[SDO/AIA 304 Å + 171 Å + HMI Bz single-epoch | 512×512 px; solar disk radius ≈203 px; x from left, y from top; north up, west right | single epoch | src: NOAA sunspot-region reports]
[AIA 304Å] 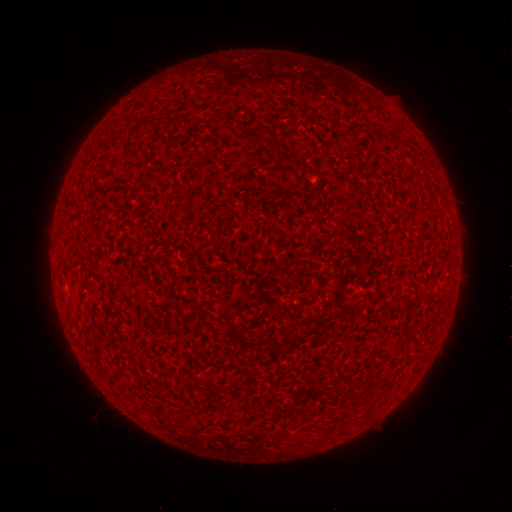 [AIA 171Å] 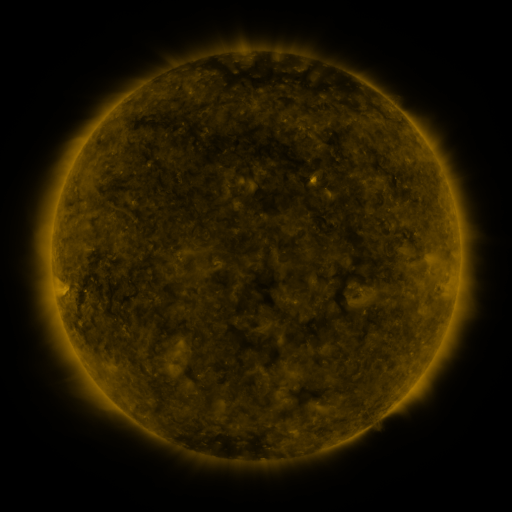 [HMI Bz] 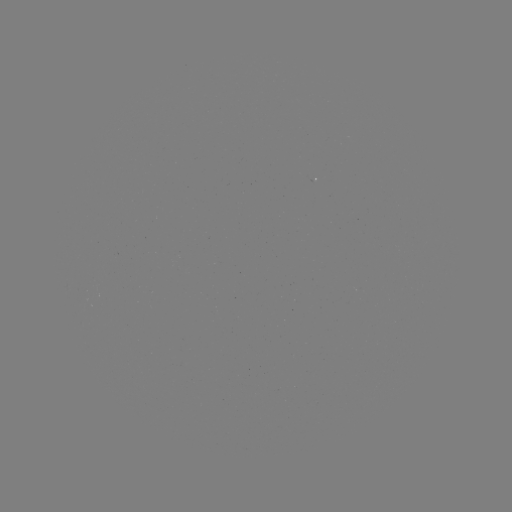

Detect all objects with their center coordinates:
(none)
